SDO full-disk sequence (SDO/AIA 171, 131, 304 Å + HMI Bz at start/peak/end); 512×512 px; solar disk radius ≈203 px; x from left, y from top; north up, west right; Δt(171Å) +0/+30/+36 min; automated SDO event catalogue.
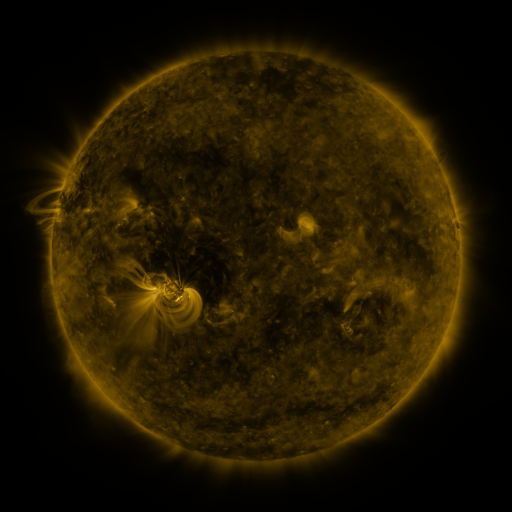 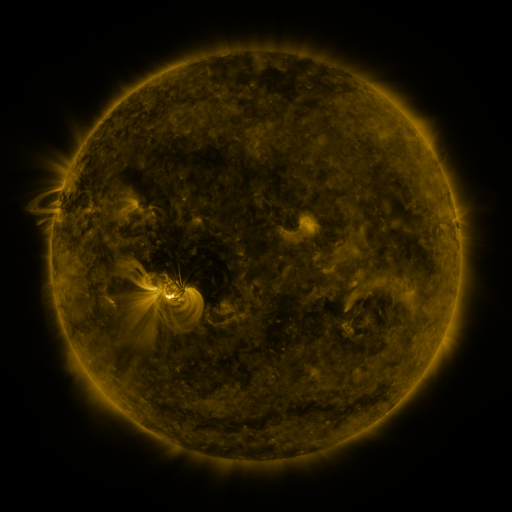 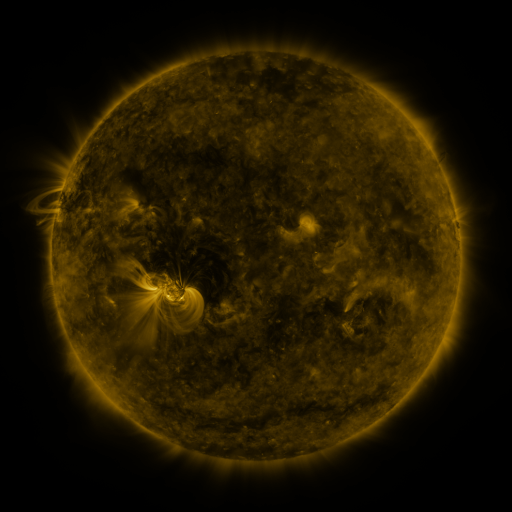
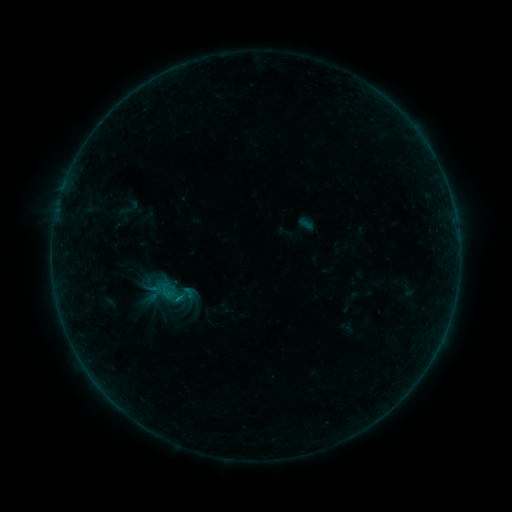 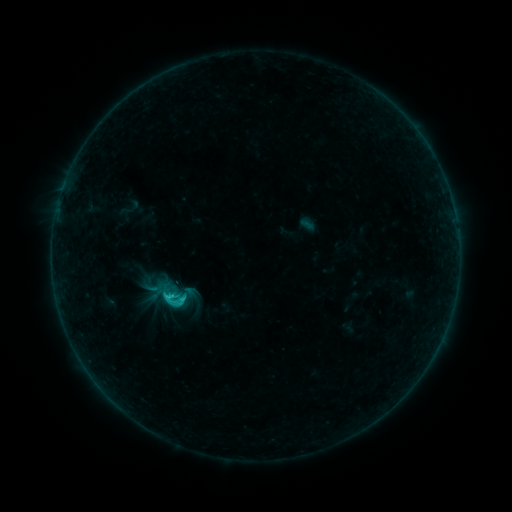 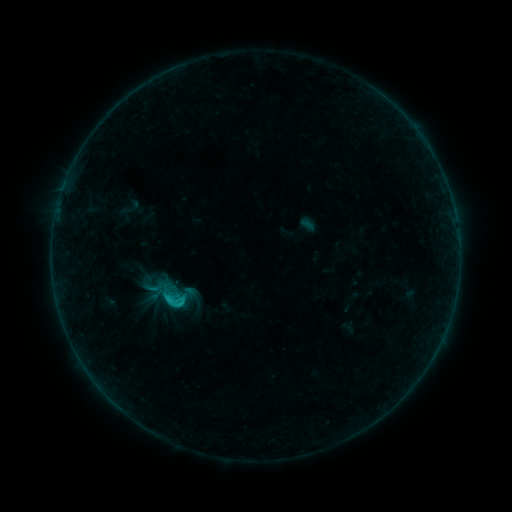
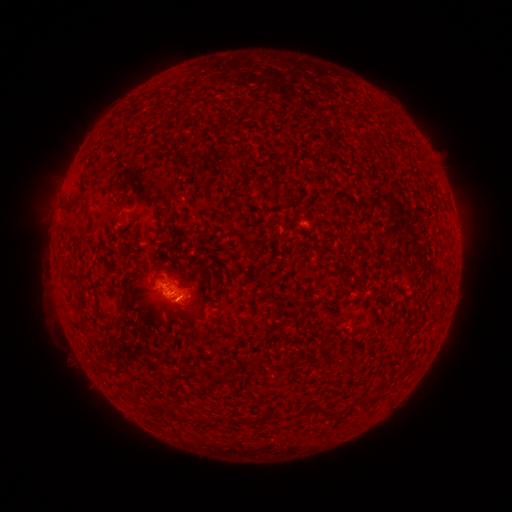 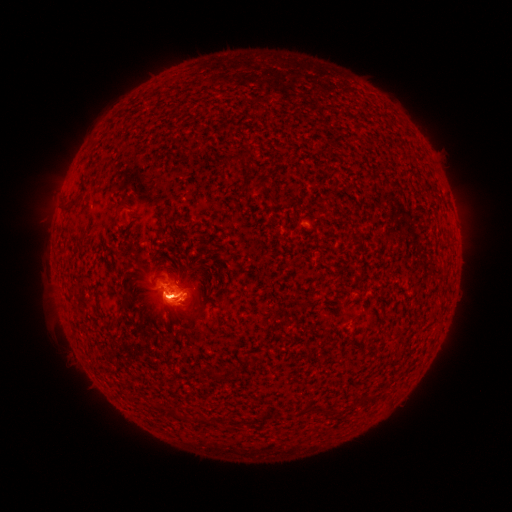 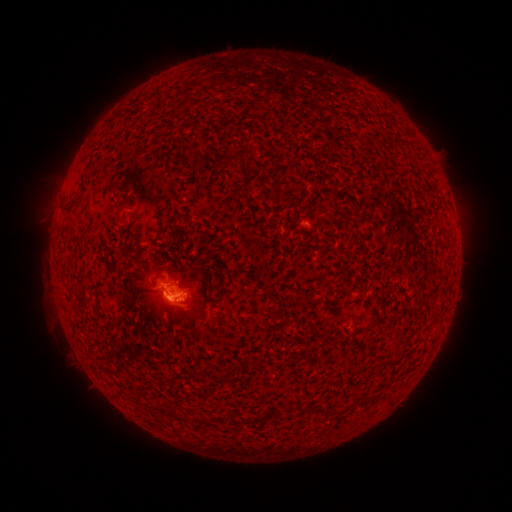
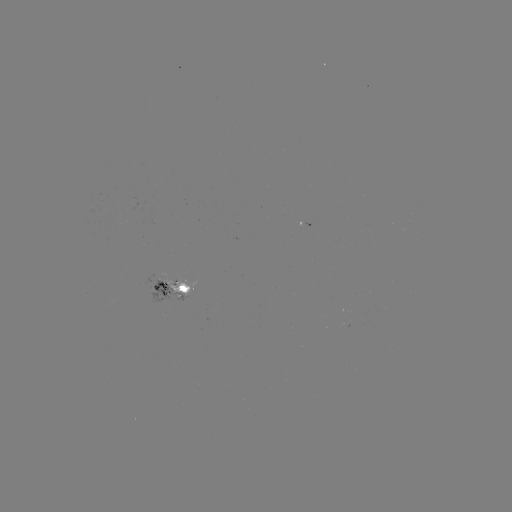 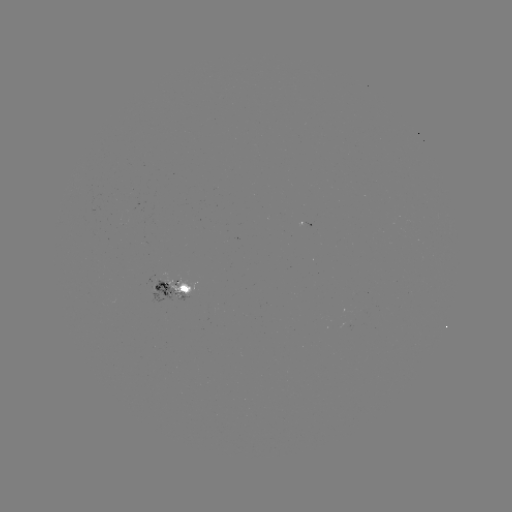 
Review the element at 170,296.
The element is C1.5 flare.